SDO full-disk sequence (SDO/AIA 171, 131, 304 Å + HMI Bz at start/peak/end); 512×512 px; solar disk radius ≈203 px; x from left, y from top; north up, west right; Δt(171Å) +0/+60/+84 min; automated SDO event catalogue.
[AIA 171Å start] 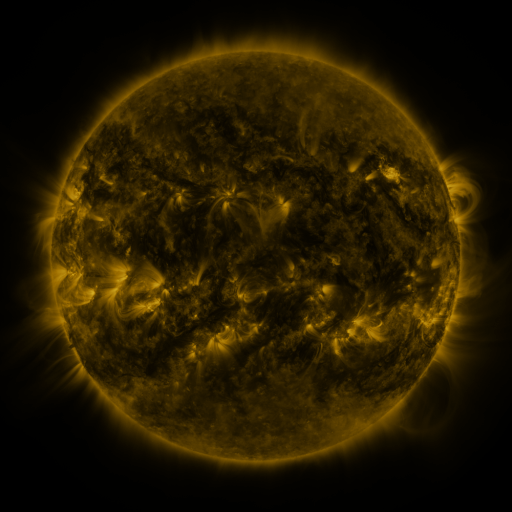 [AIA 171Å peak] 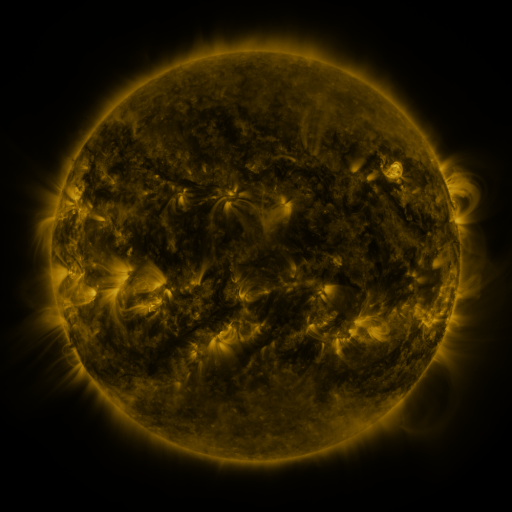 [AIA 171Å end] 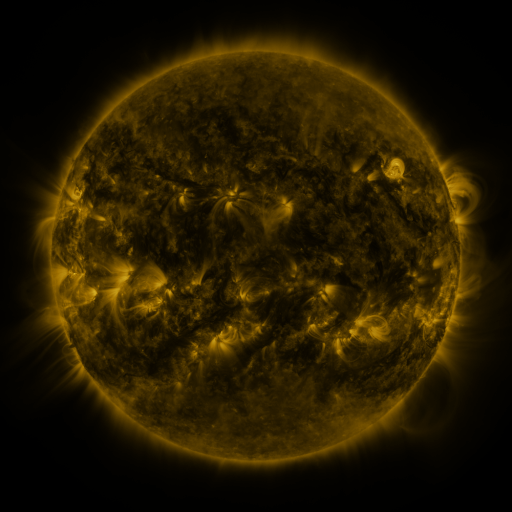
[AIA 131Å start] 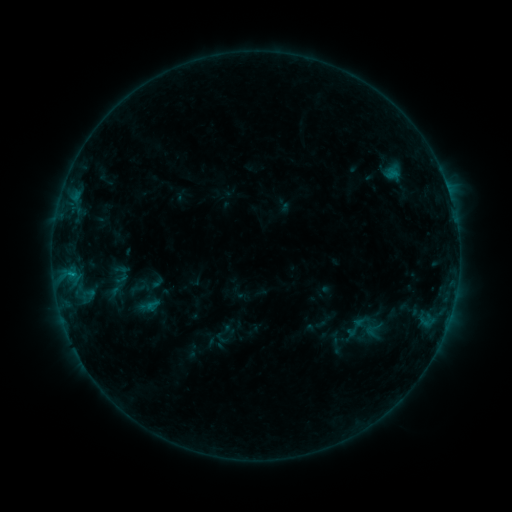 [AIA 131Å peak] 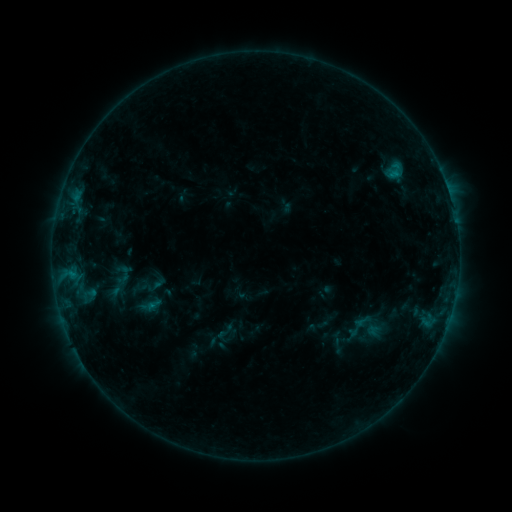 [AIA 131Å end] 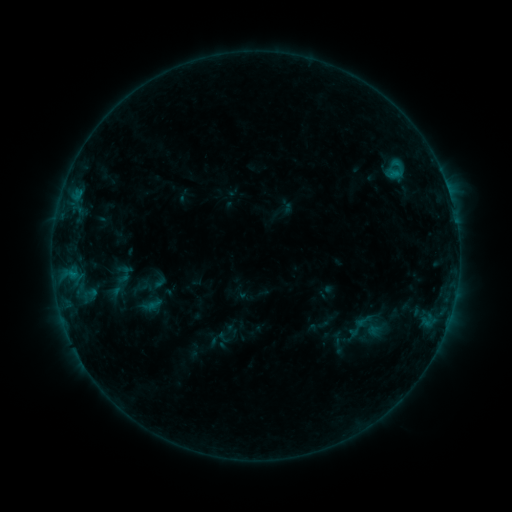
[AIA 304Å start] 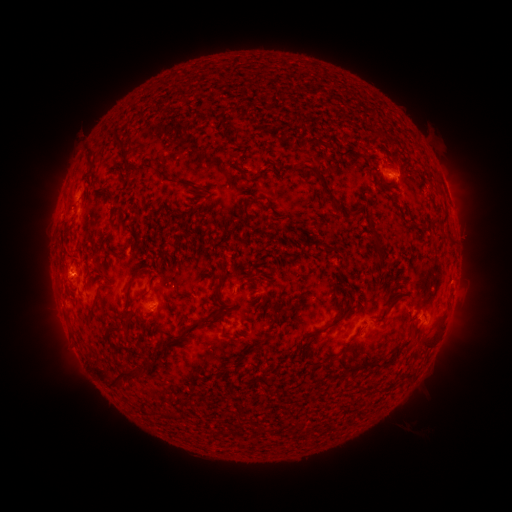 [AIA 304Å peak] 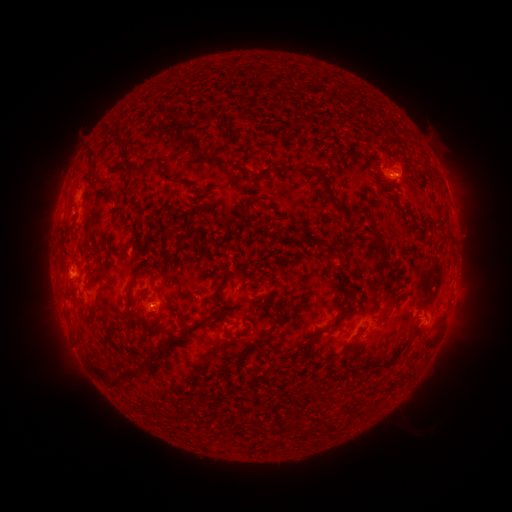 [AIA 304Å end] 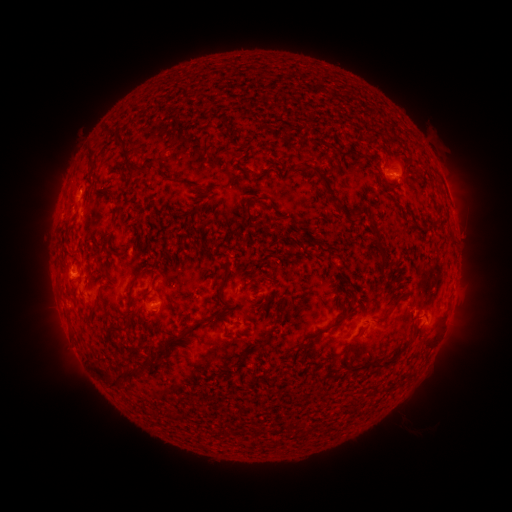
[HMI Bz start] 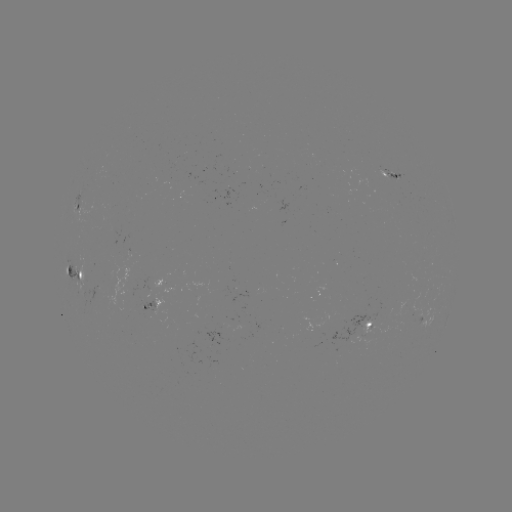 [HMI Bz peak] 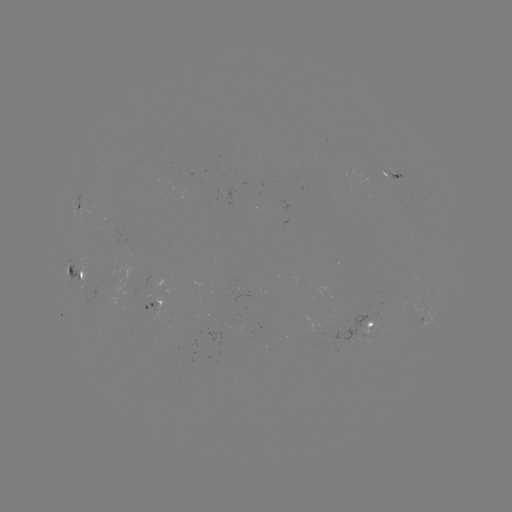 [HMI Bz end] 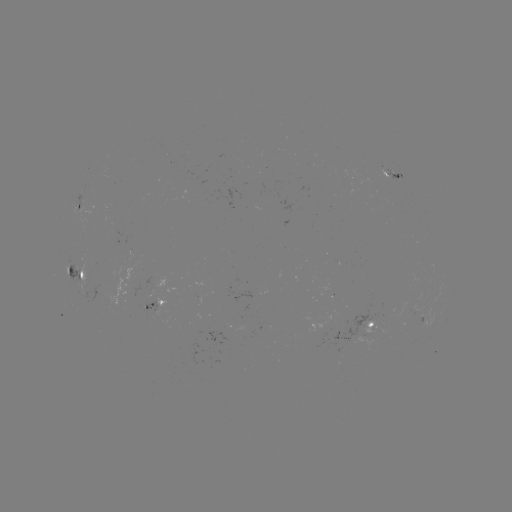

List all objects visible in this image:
emerging-flux region: (158, 308)
